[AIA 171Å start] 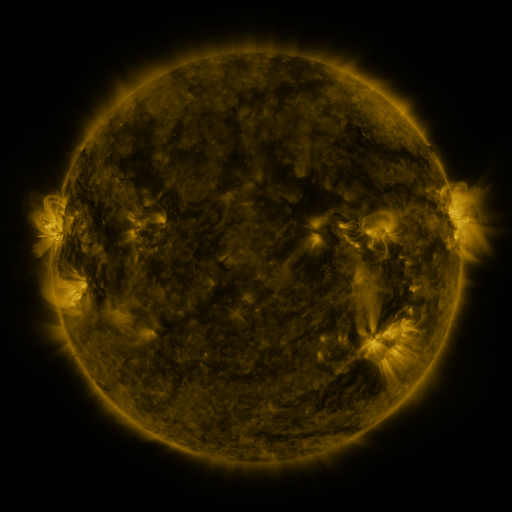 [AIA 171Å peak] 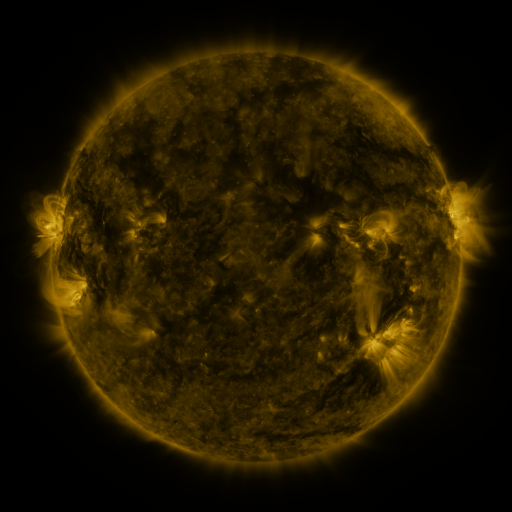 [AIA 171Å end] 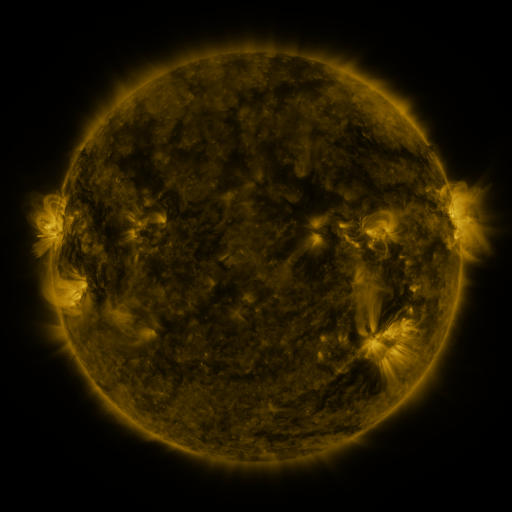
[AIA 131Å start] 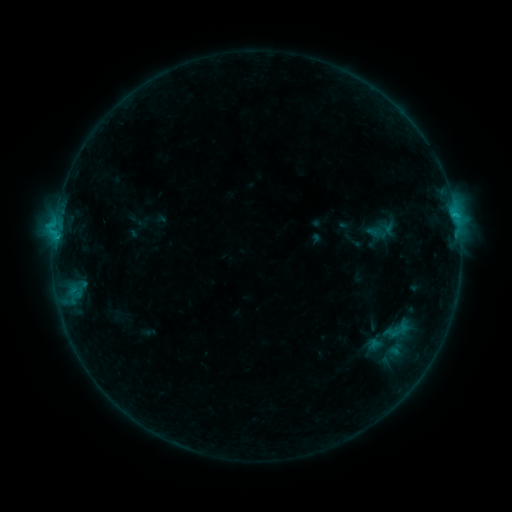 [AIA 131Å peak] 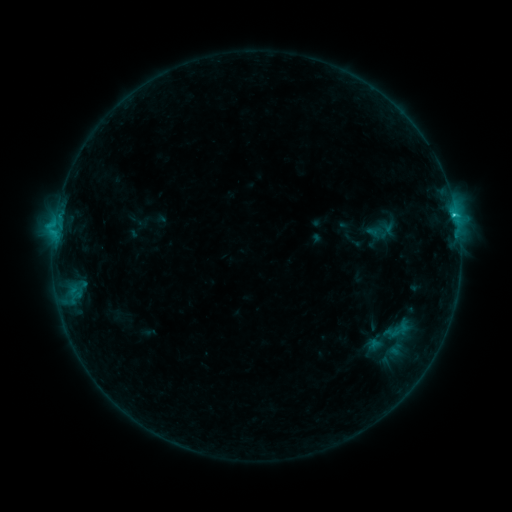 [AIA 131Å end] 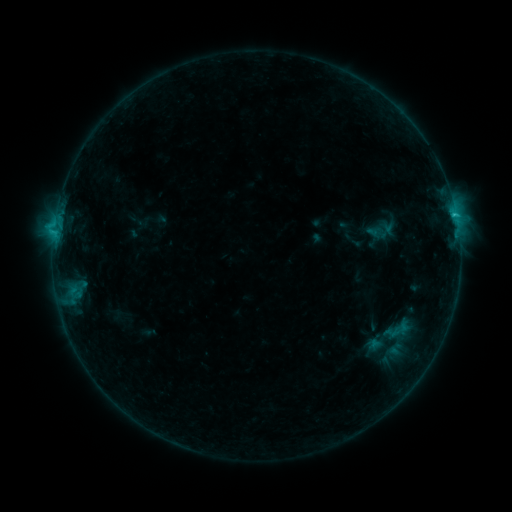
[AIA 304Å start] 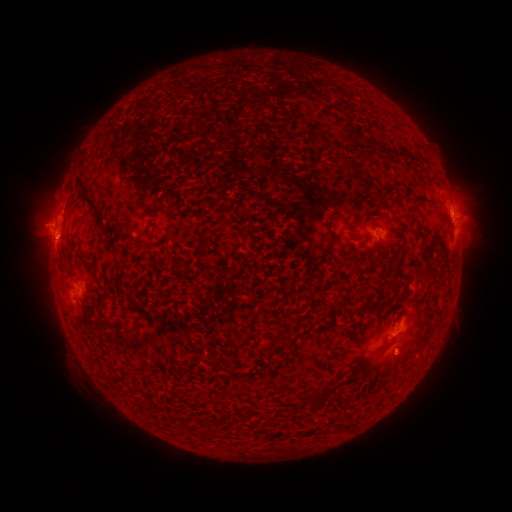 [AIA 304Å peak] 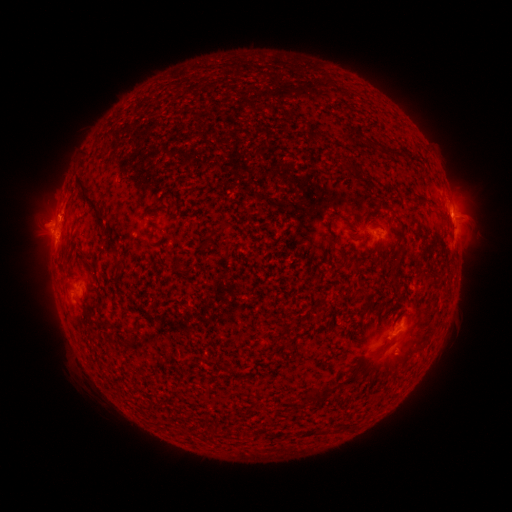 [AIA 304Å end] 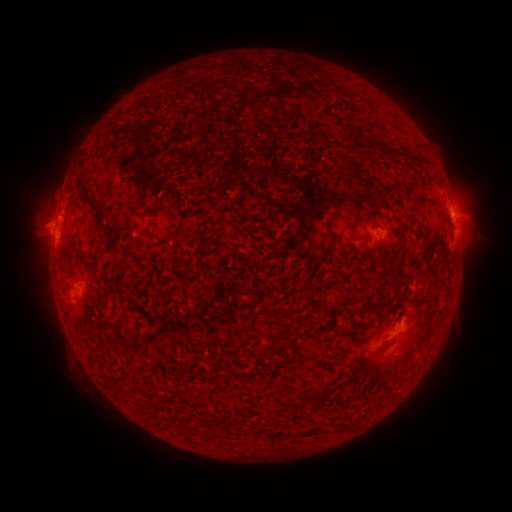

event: flare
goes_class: C1.1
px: (454, 216)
